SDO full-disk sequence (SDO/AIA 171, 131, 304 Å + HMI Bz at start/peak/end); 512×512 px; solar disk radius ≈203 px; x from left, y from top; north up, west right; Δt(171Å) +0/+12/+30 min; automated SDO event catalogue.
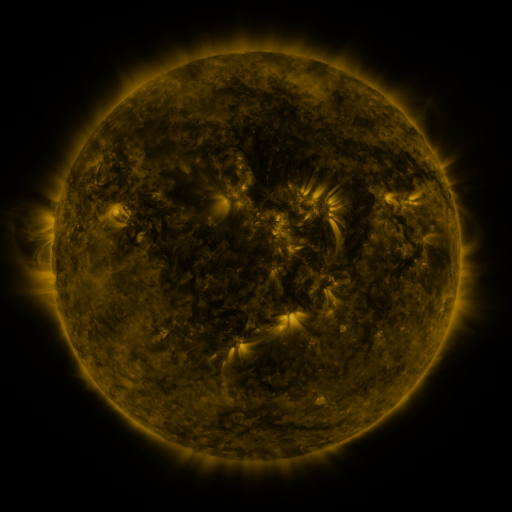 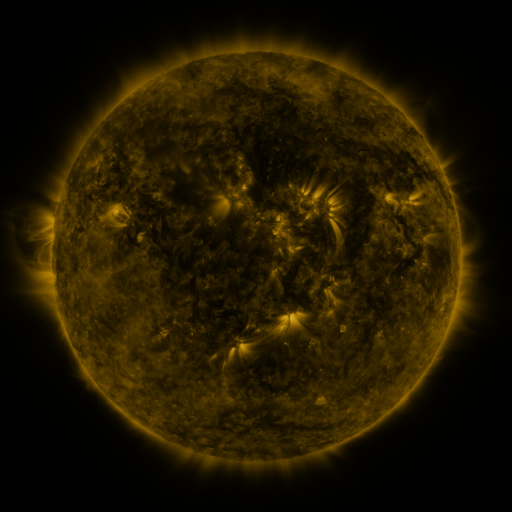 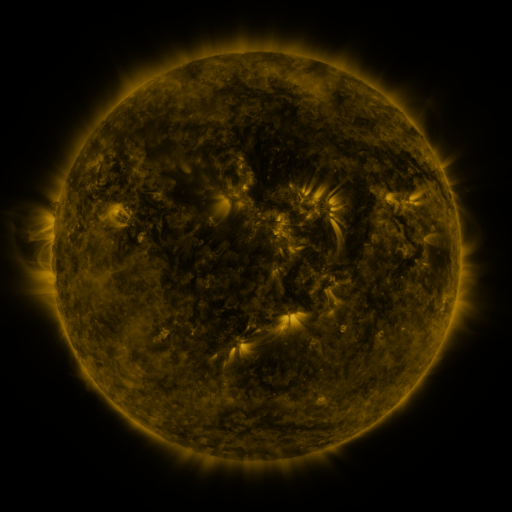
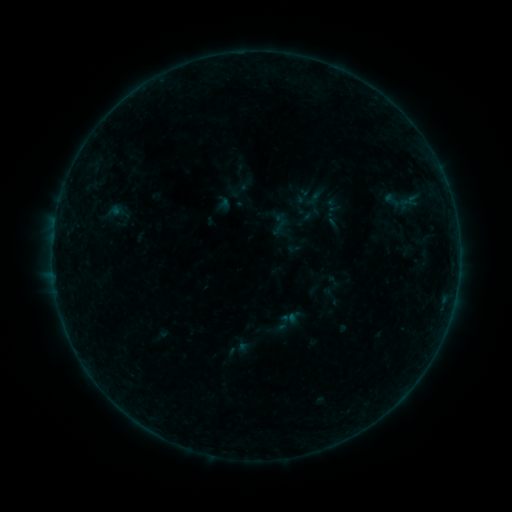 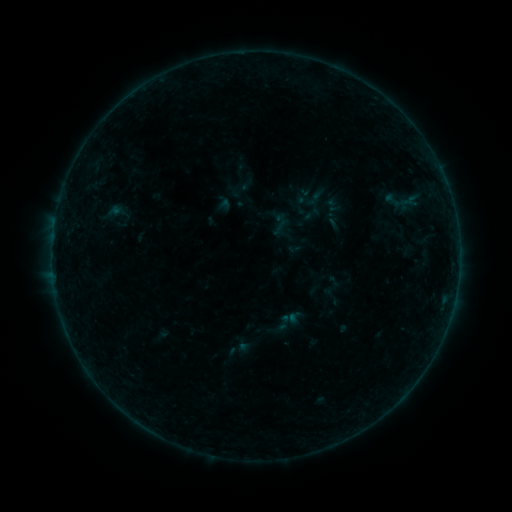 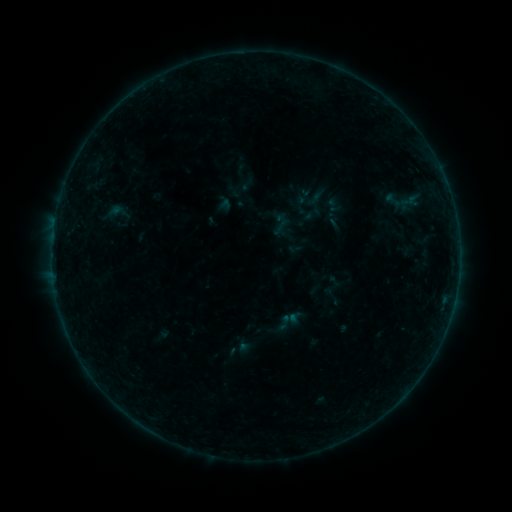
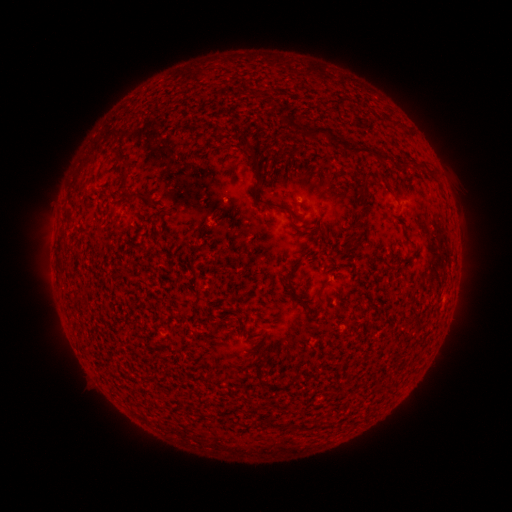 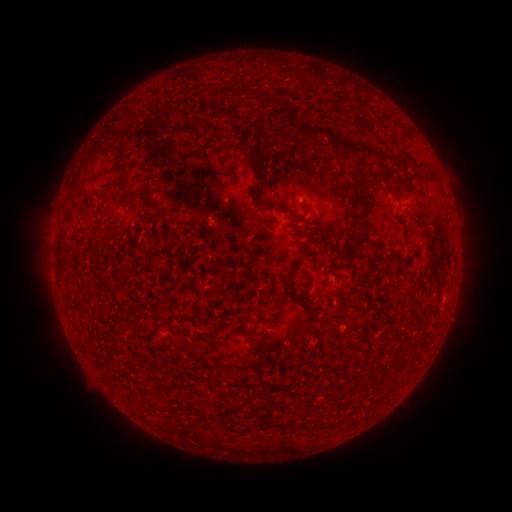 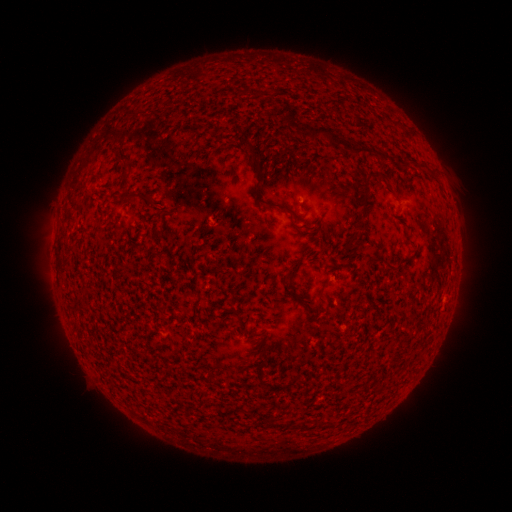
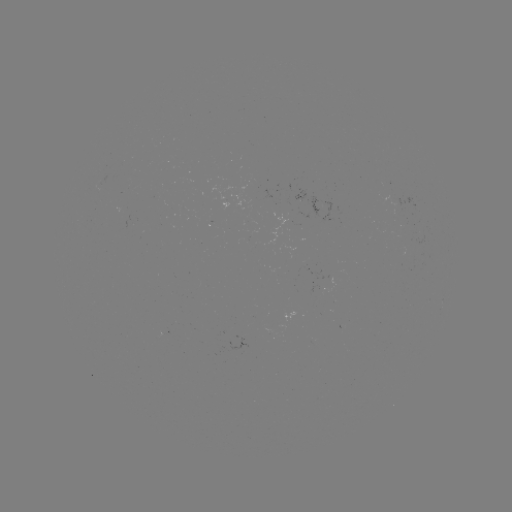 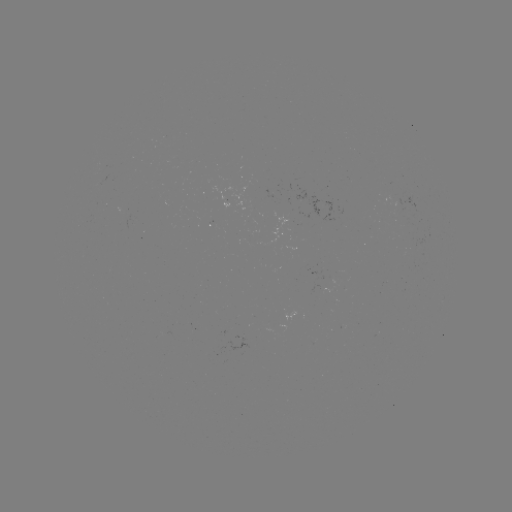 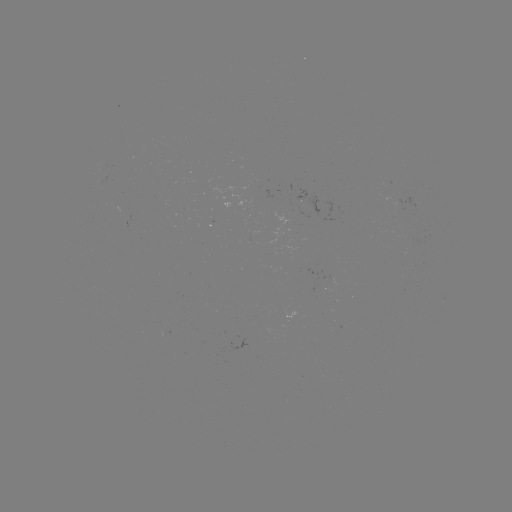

no catalogued flare and no flagged EUV brightening in this window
